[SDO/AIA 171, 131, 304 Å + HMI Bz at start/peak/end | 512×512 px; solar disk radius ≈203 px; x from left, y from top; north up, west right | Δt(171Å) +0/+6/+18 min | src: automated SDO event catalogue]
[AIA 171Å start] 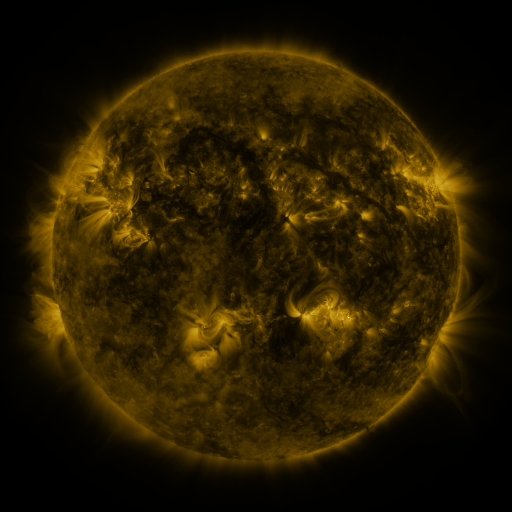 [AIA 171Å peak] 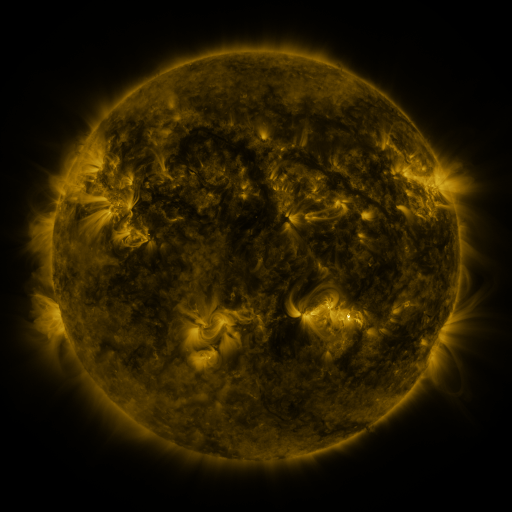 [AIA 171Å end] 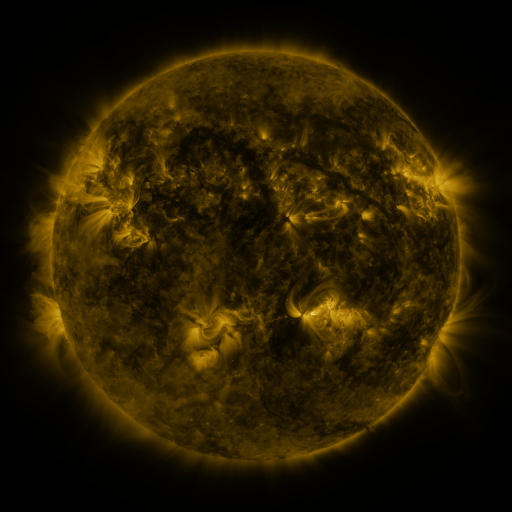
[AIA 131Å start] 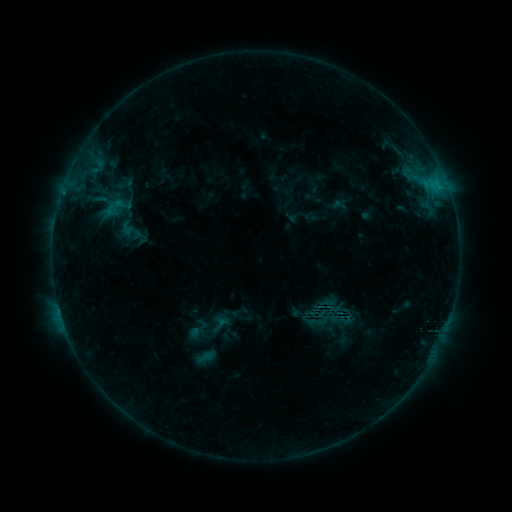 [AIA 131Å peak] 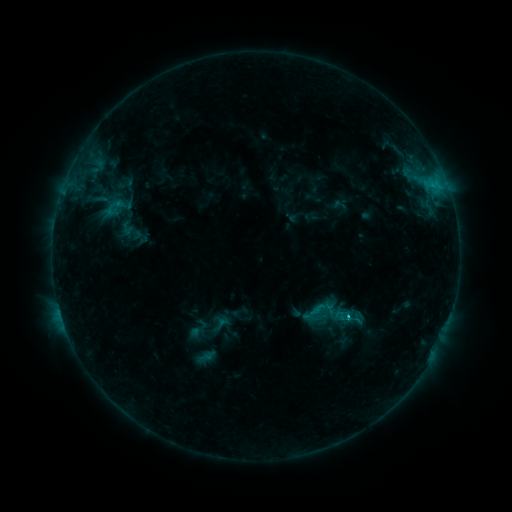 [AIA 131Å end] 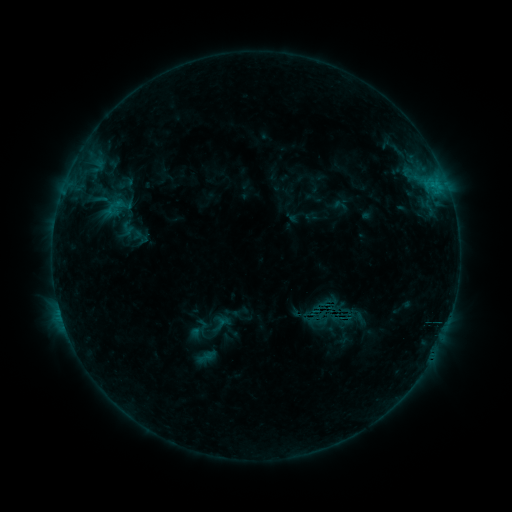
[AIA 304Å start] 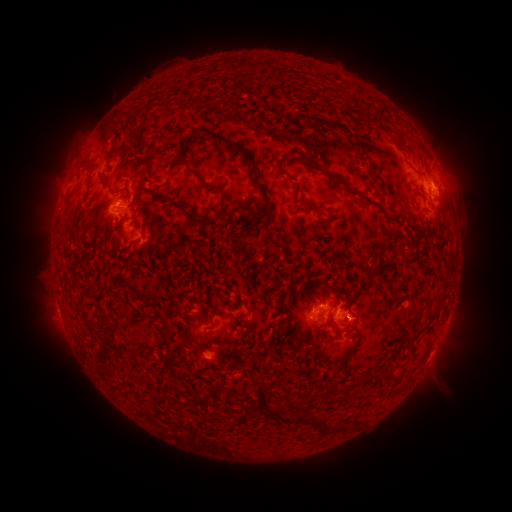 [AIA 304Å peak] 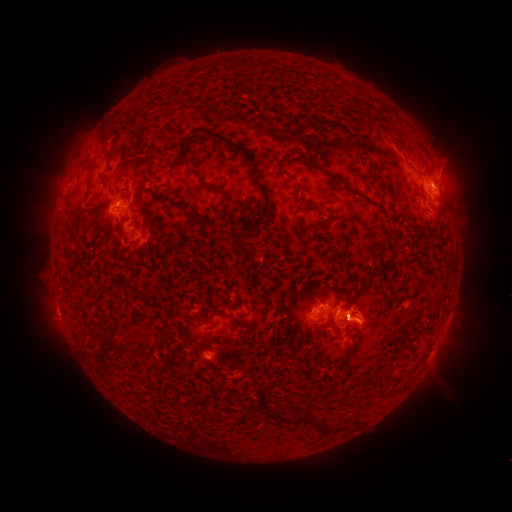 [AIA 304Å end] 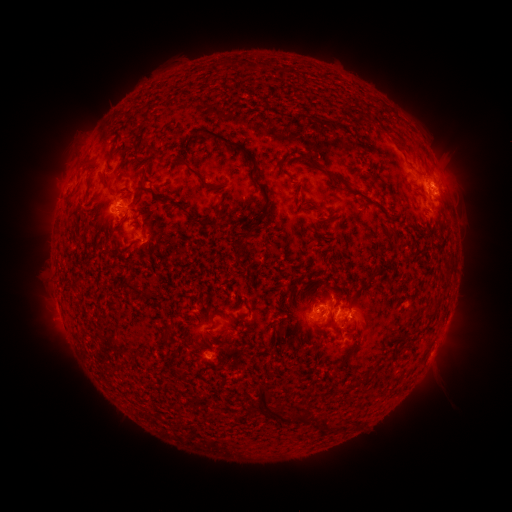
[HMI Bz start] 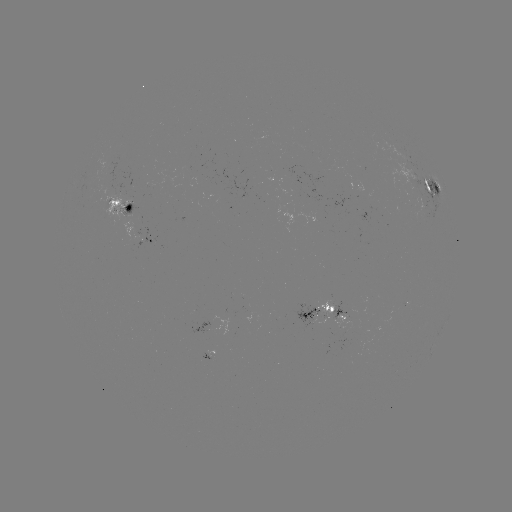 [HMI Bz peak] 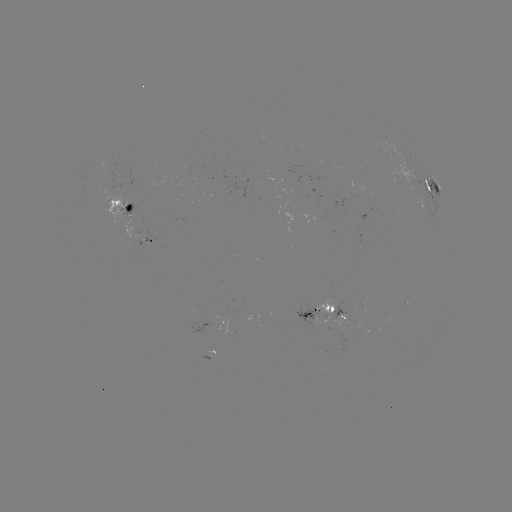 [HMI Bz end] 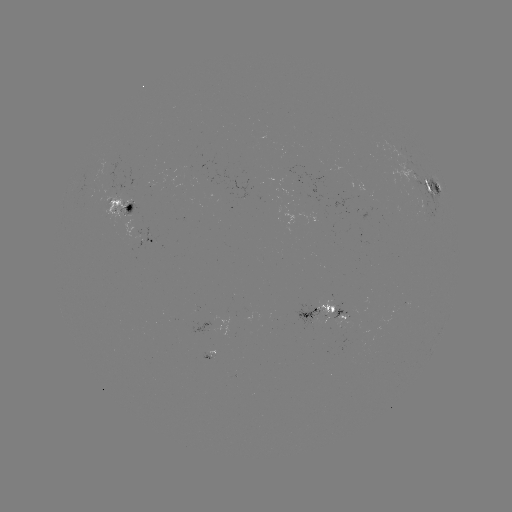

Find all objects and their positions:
eruption: (369, 320)
